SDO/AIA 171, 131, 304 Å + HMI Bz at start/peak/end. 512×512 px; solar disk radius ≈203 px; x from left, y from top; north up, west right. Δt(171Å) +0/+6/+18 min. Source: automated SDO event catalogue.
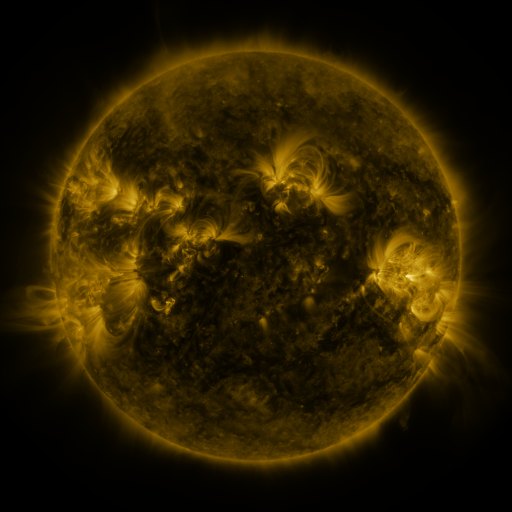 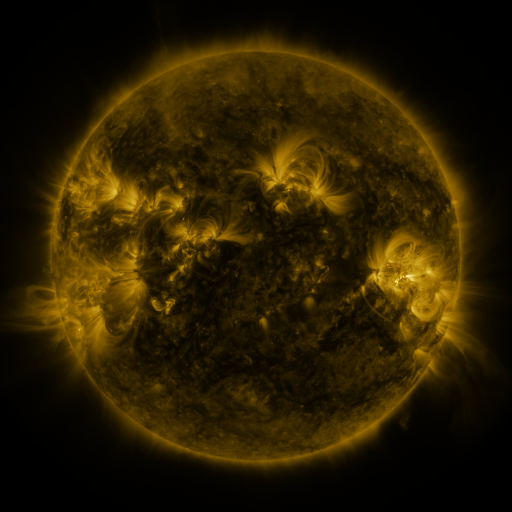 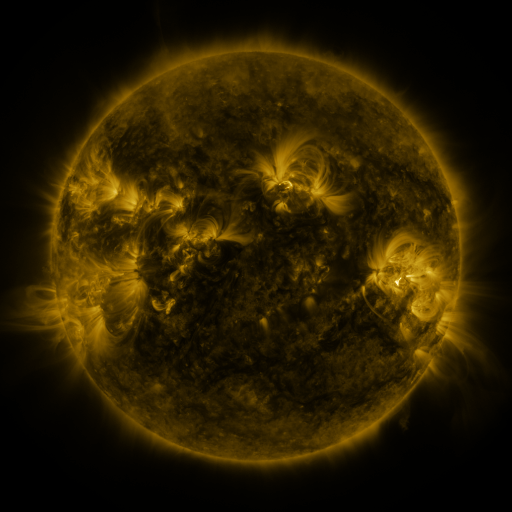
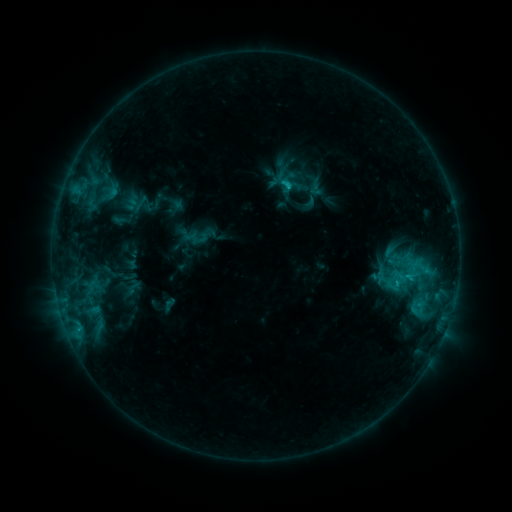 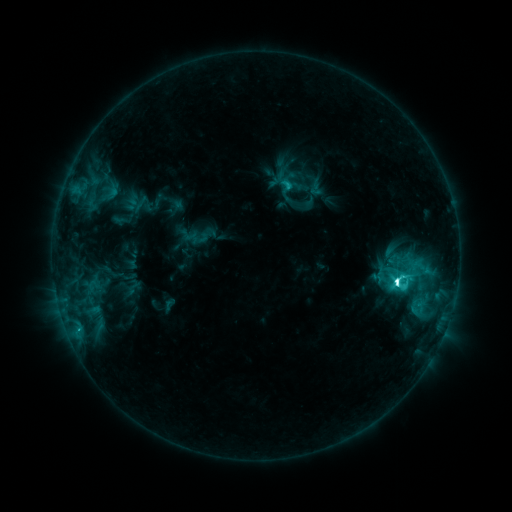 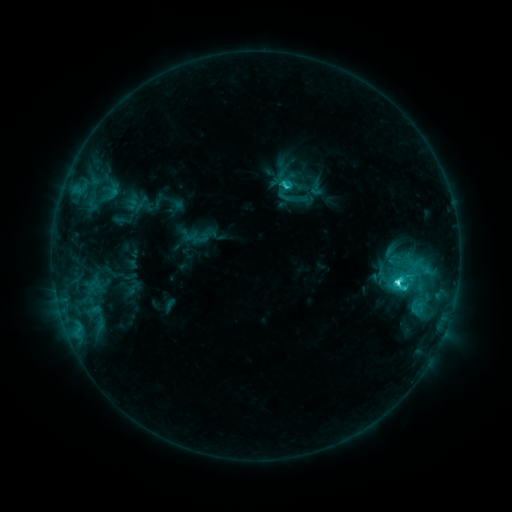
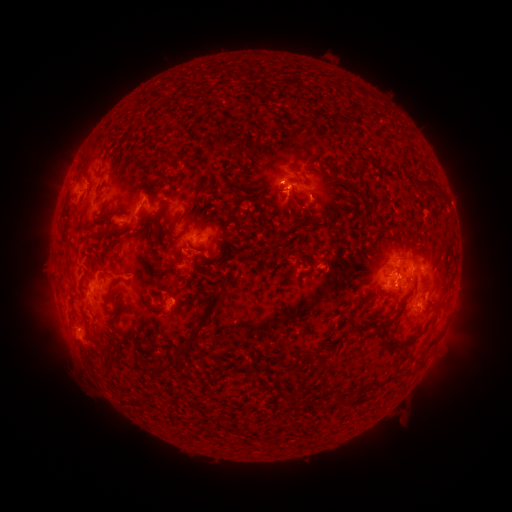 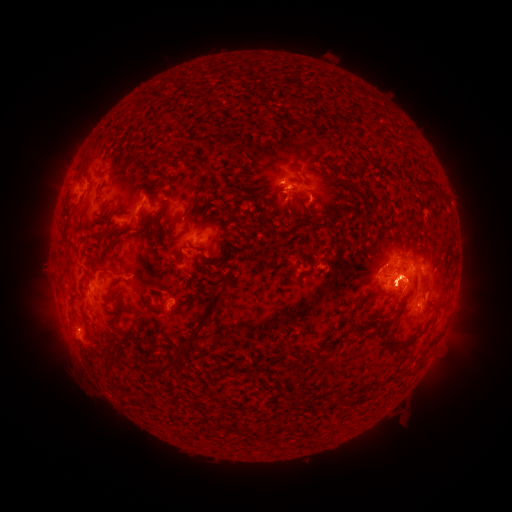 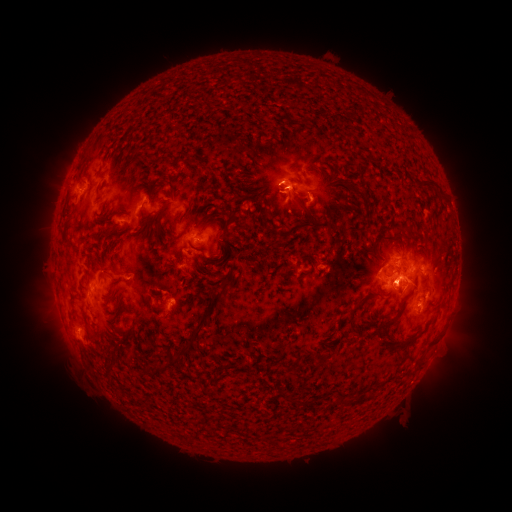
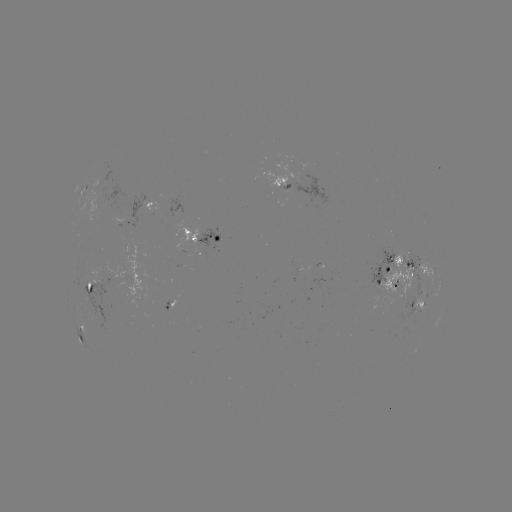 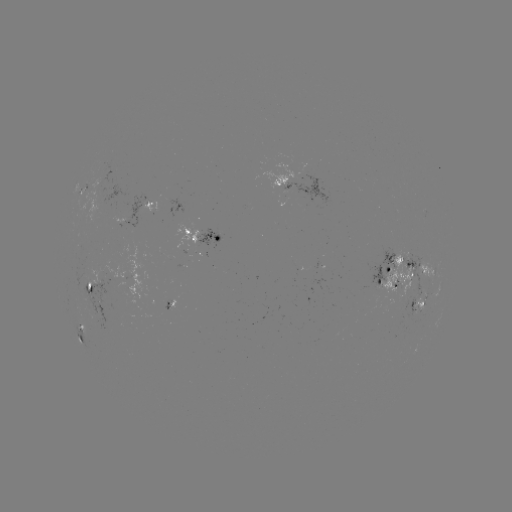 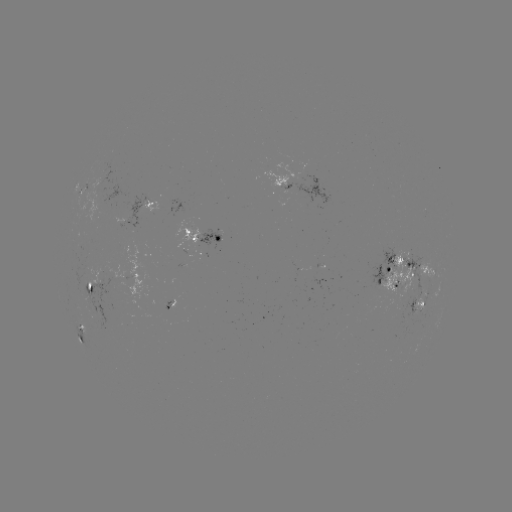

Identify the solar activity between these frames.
M1.1 flare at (396, 280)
